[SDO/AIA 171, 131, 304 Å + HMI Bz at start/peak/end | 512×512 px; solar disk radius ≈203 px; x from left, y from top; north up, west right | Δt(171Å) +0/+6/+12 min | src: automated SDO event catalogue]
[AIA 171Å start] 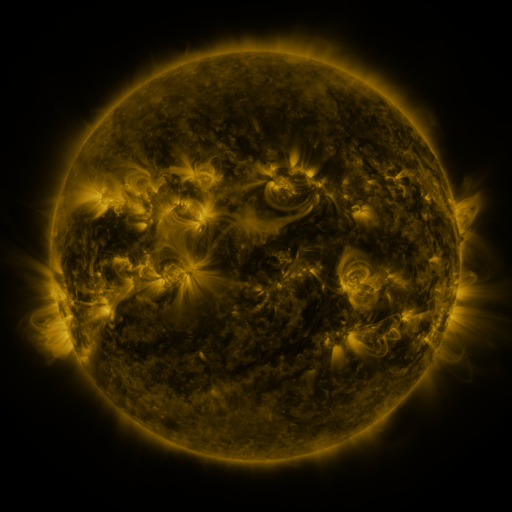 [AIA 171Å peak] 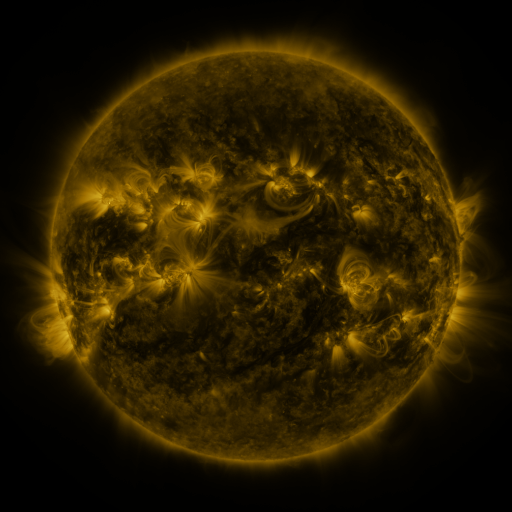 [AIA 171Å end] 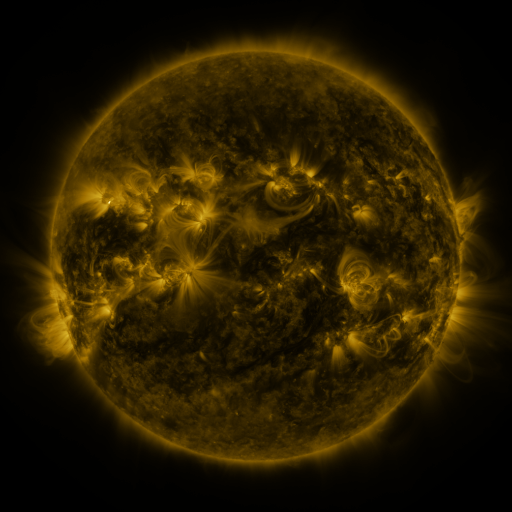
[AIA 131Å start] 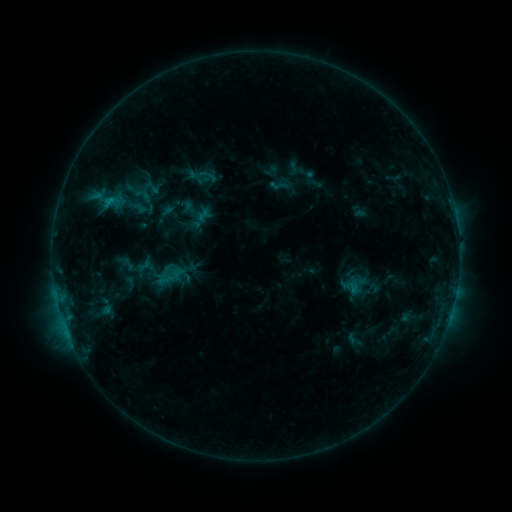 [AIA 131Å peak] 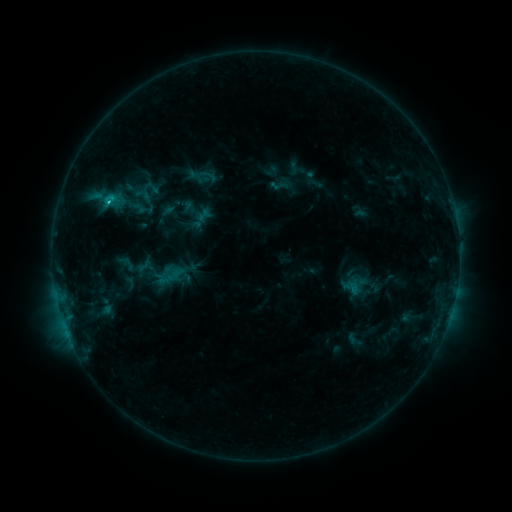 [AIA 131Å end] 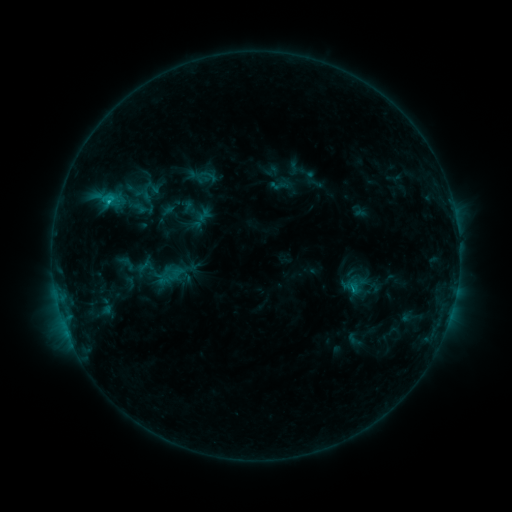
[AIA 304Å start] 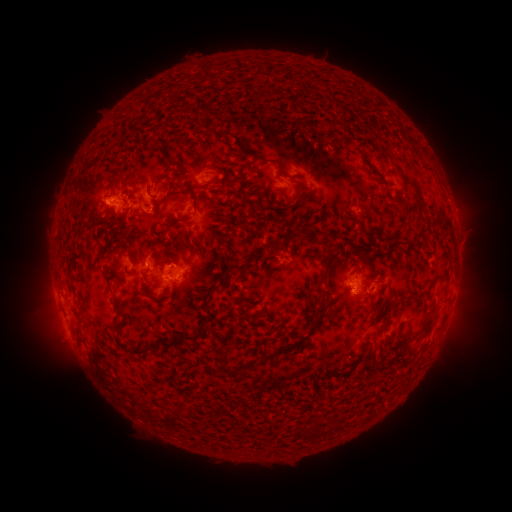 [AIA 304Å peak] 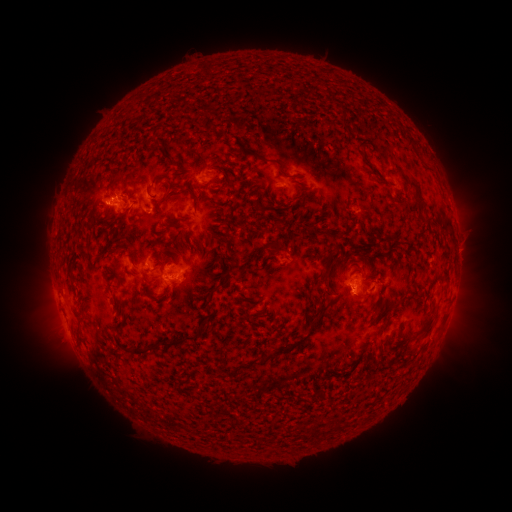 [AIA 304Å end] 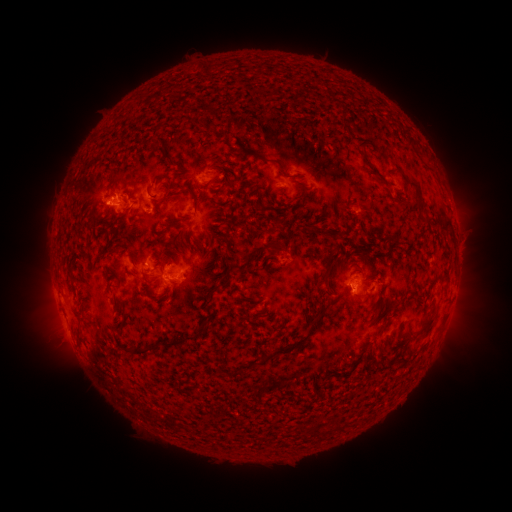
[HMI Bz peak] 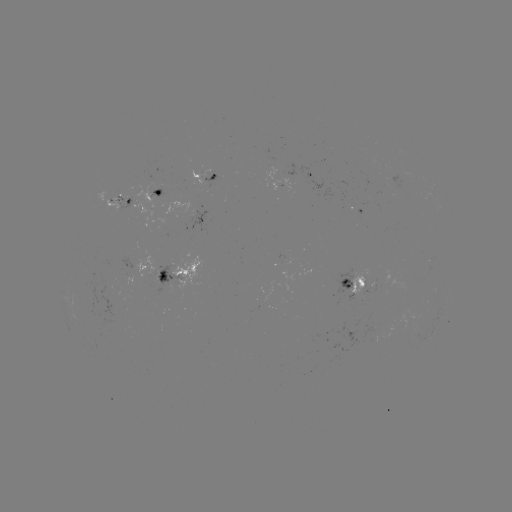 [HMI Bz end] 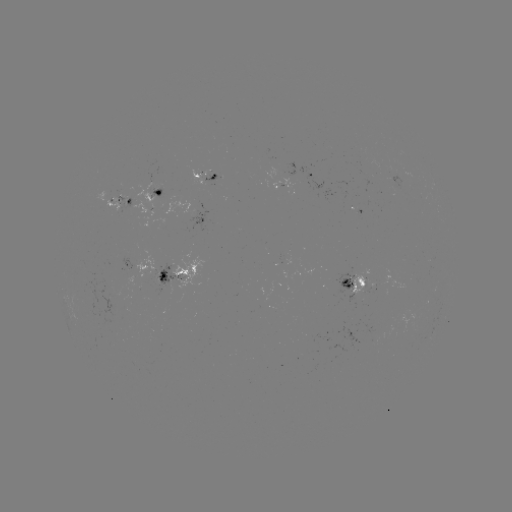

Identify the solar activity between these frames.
C1.1 flare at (109, 205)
